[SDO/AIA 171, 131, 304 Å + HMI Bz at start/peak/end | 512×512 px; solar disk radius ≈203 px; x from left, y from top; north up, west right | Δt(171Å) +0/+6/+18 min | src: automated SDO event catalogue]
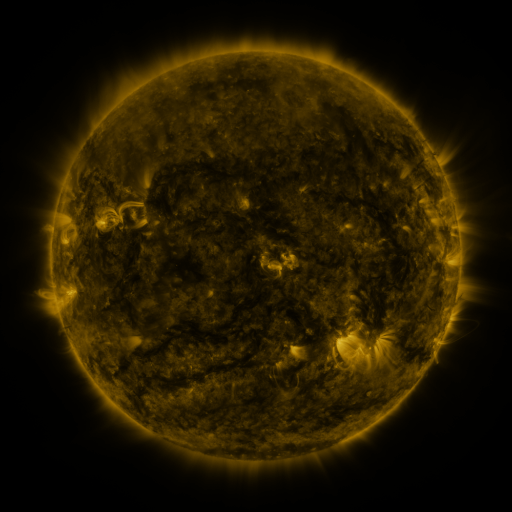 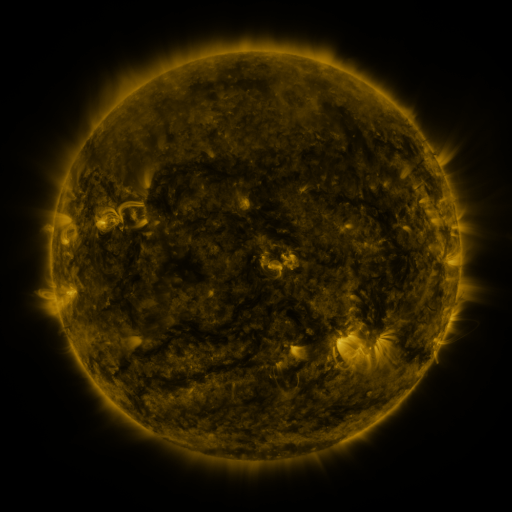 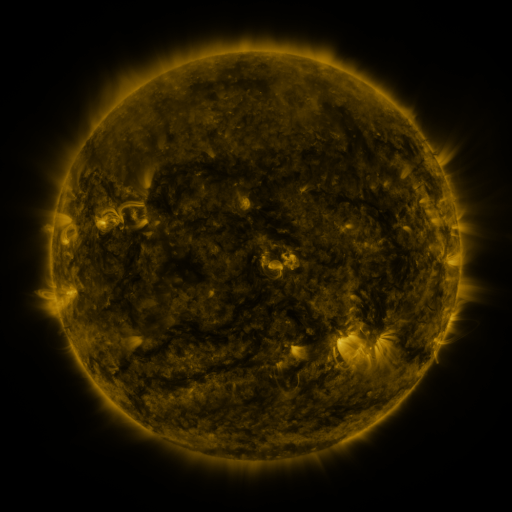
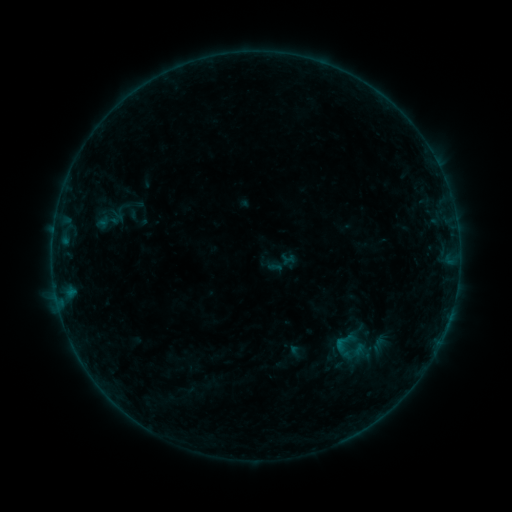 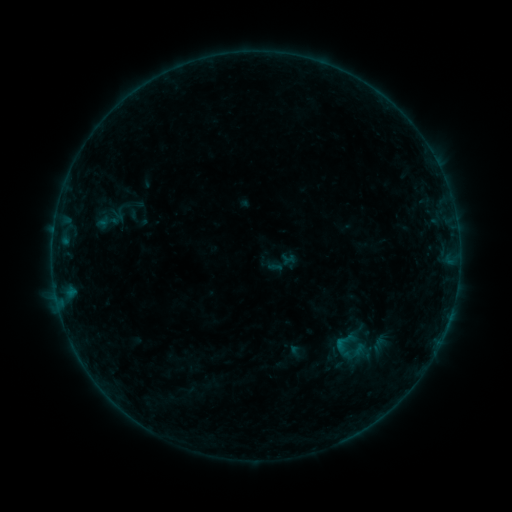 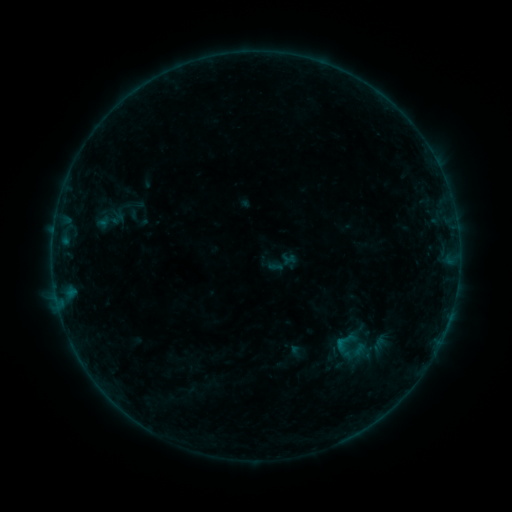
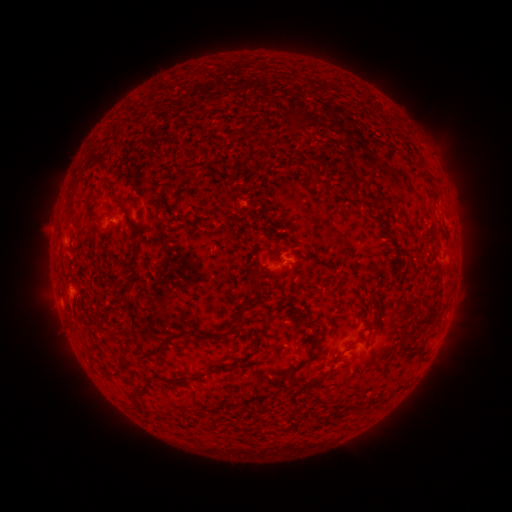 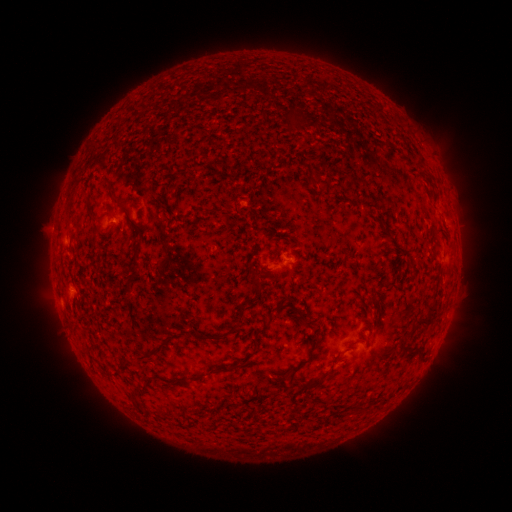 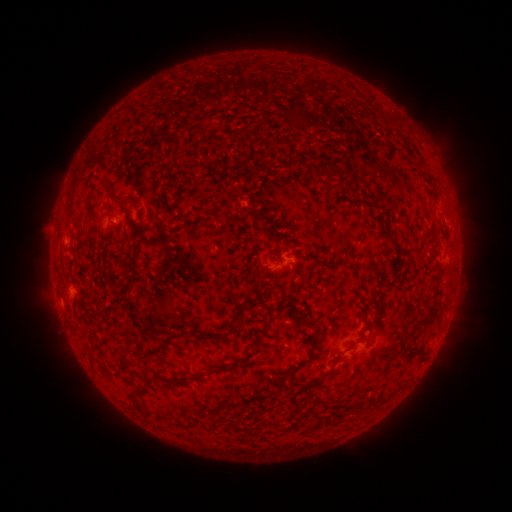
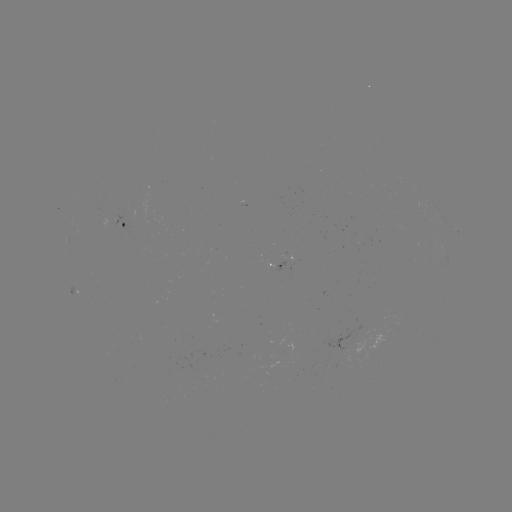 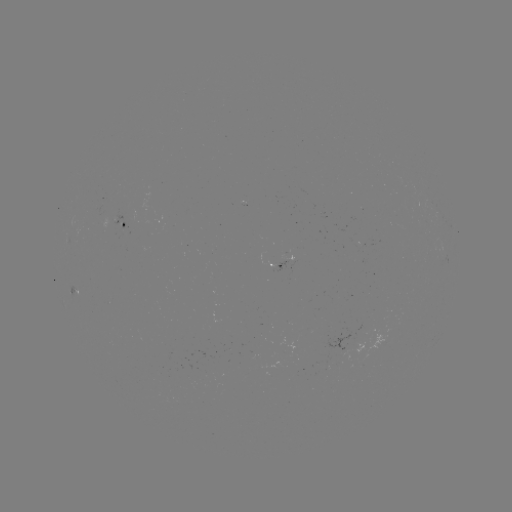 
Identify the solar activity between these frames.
no catalogued flare and no flagged EUV brightening in this window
